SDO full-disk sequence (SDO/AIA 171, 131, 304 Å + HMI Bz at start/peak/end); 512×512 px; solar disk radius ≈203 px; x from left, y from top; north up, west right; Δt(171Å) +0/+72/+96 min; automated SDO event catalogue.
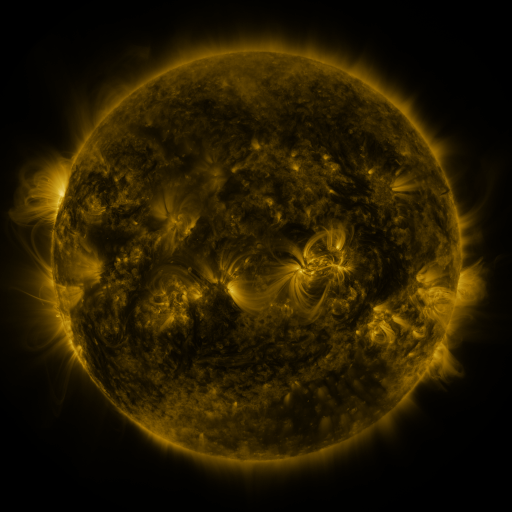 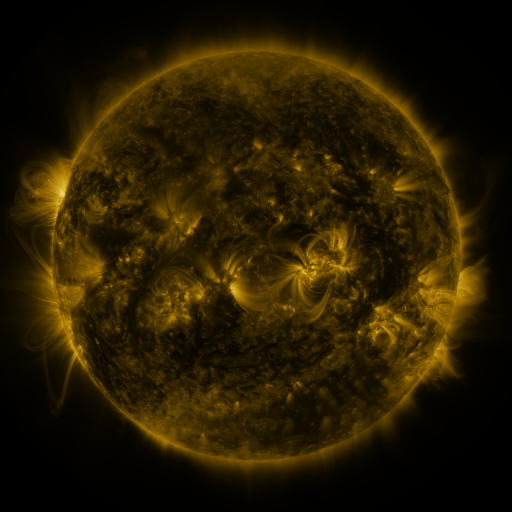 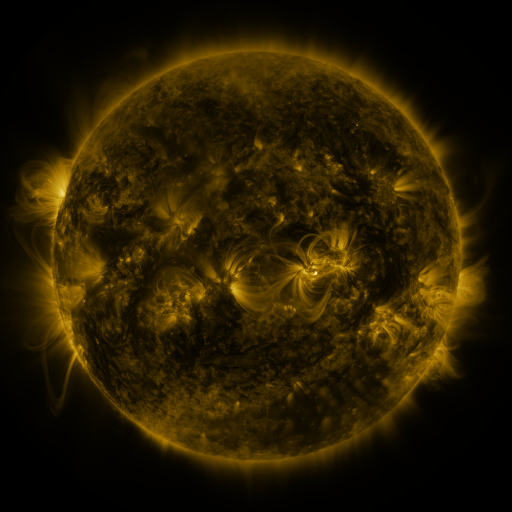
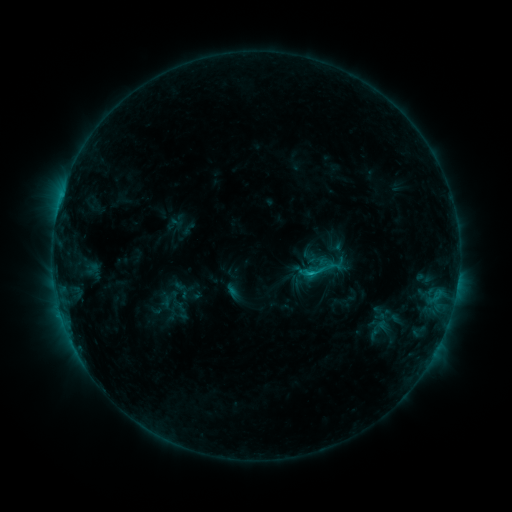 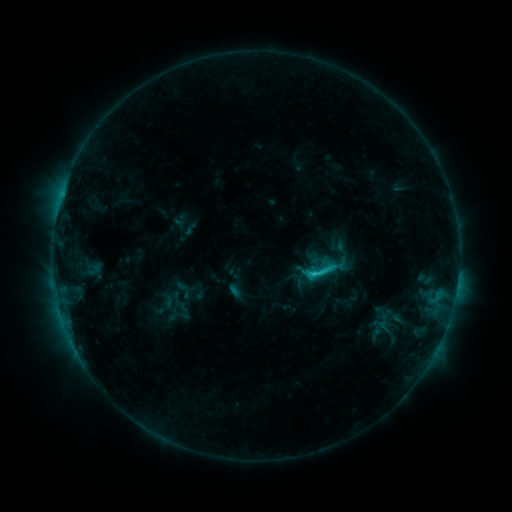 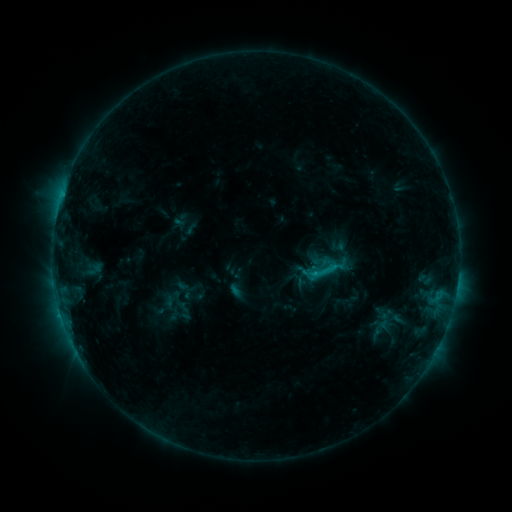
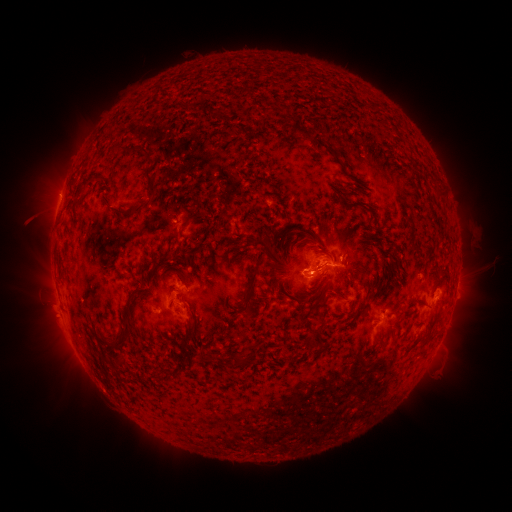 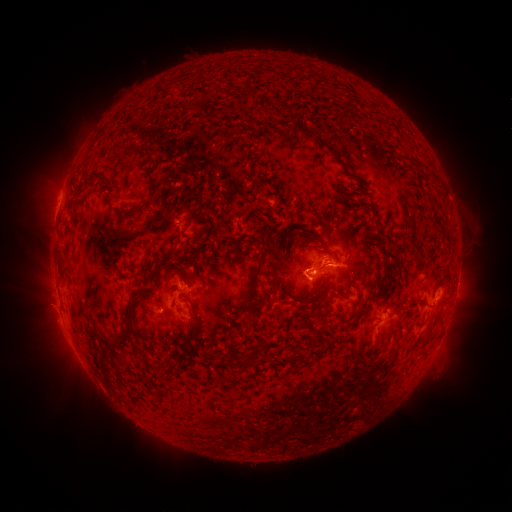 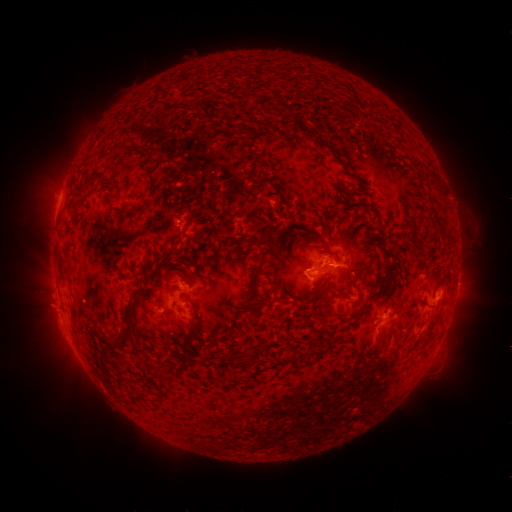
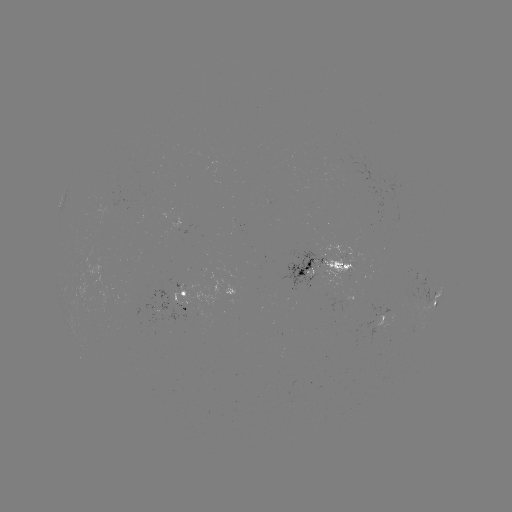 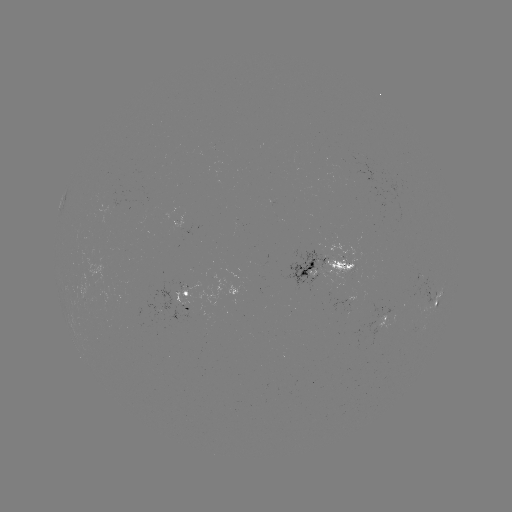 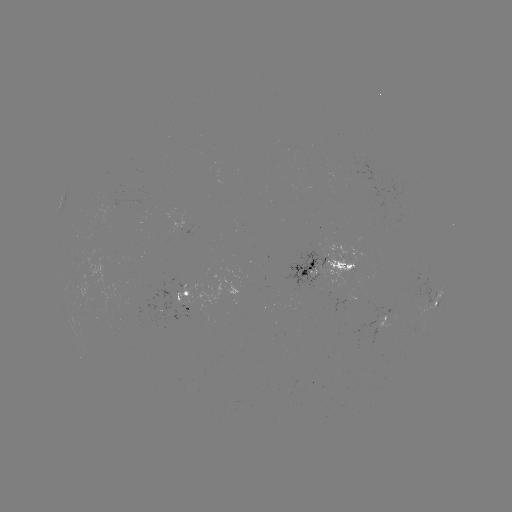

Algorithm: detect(emerging-flux region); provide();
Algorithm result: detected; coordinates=[188, 308]